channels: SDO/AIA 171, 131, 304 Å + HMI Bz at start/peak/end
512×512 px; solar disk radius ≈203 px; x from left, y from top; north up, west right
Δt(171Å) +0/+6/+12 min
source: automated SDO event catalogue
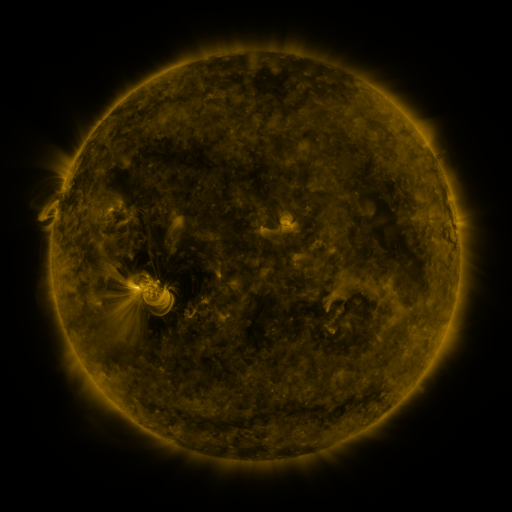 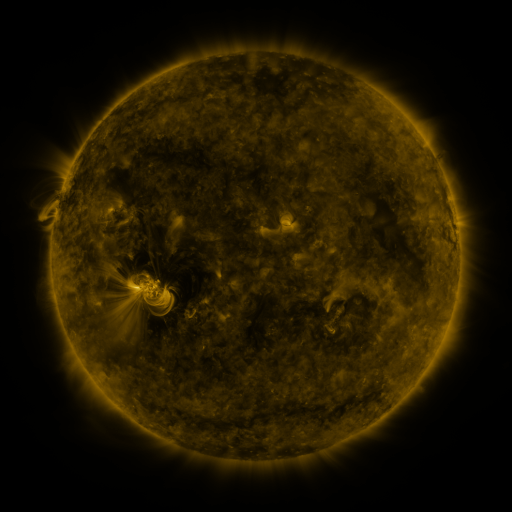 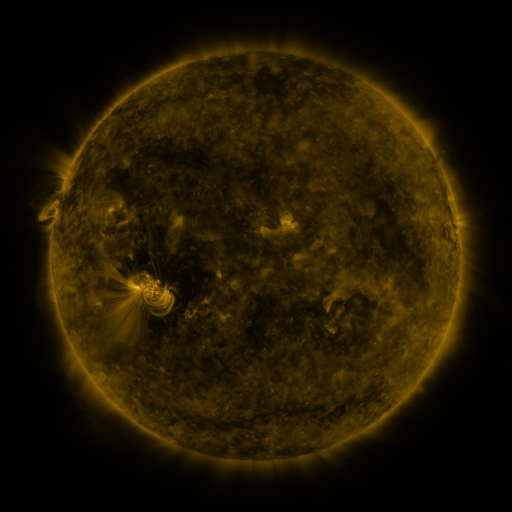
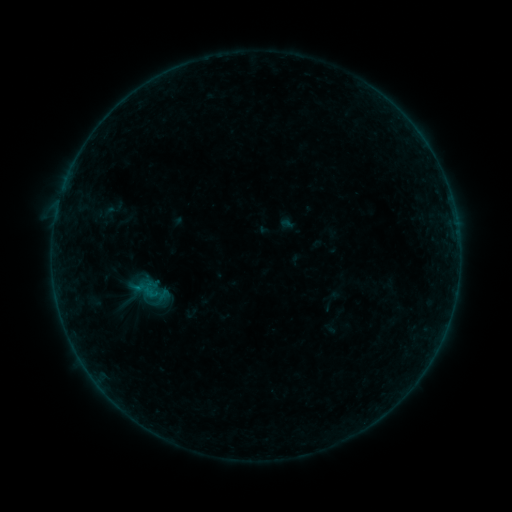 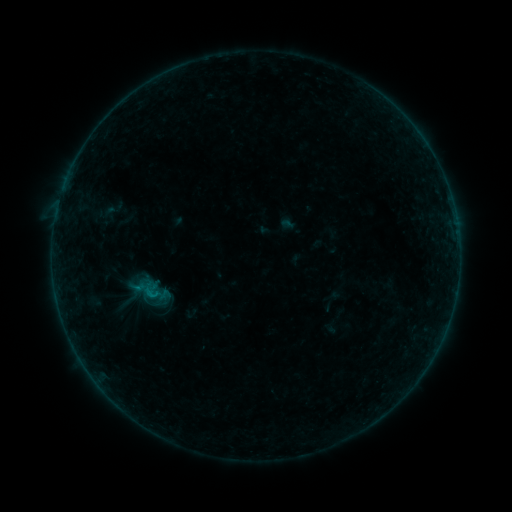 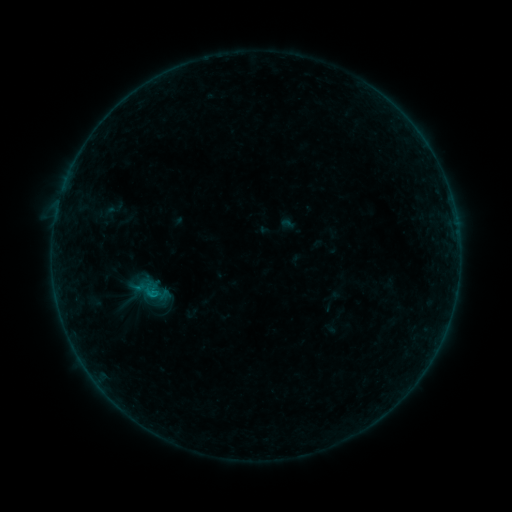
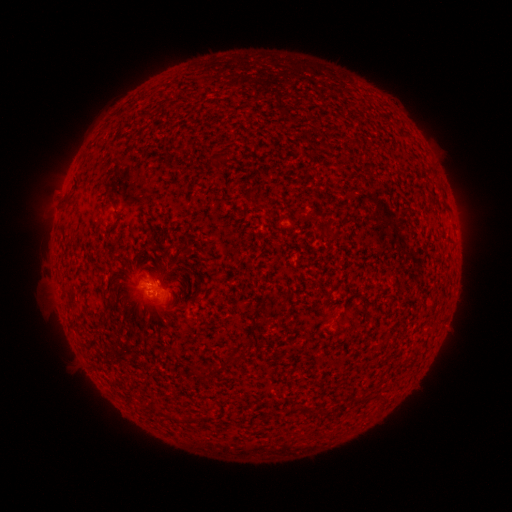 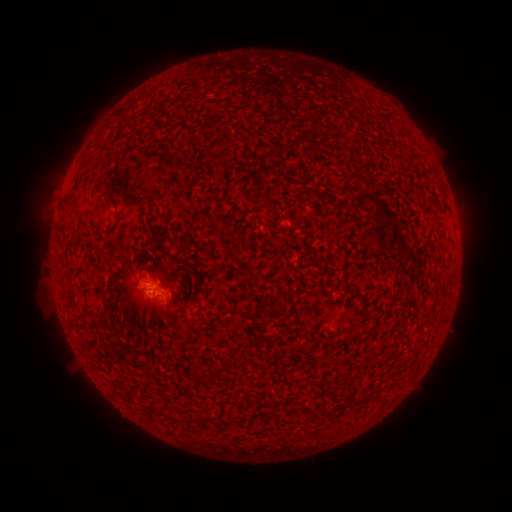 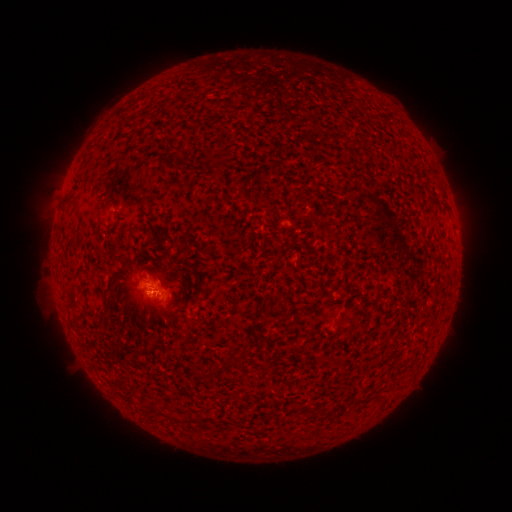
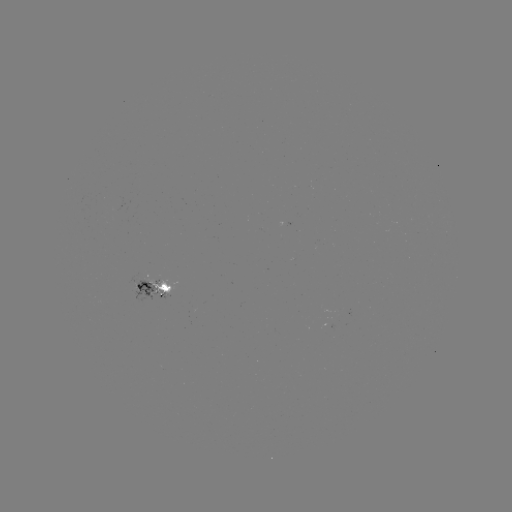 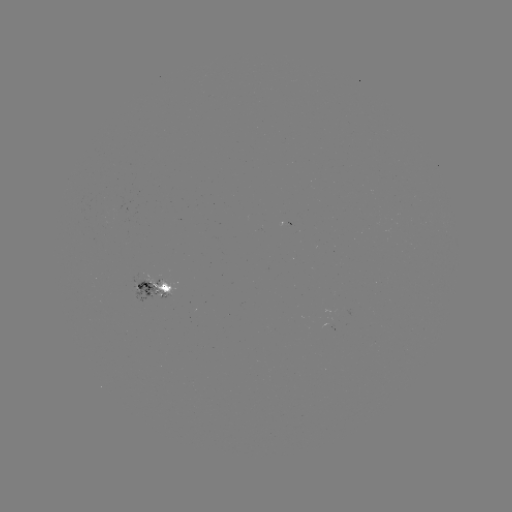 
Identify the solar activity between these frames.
B4.4 flare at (154, 292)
